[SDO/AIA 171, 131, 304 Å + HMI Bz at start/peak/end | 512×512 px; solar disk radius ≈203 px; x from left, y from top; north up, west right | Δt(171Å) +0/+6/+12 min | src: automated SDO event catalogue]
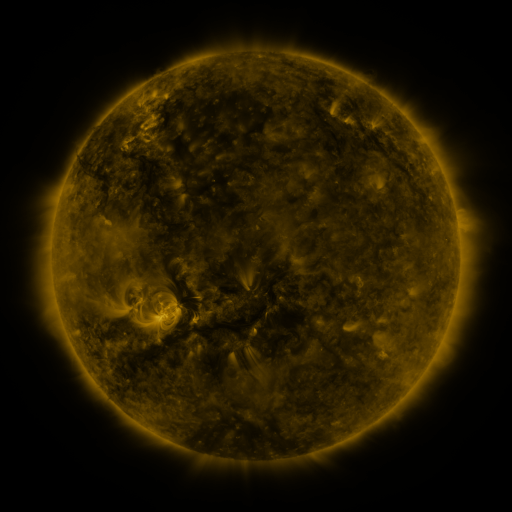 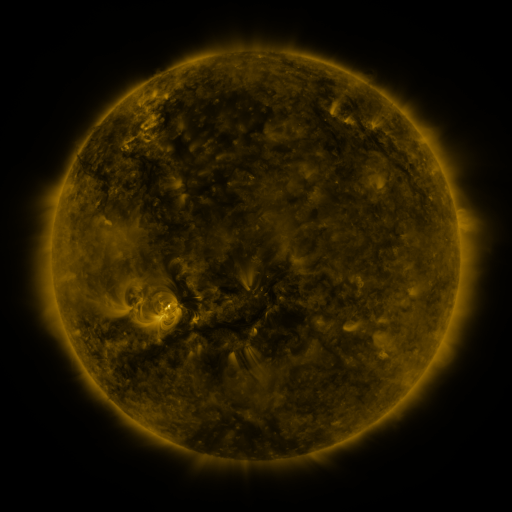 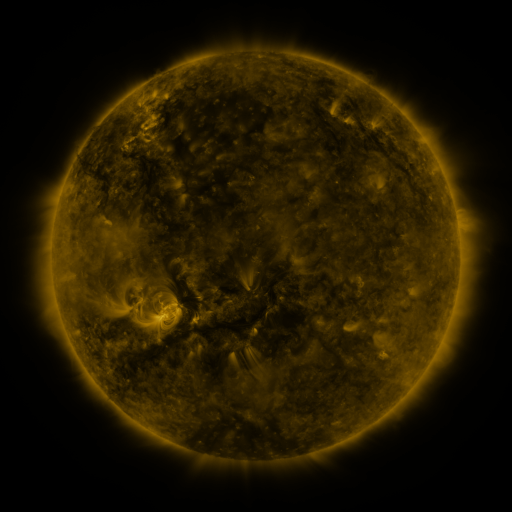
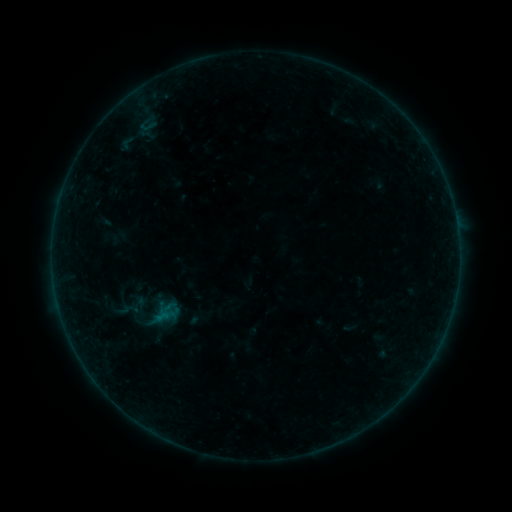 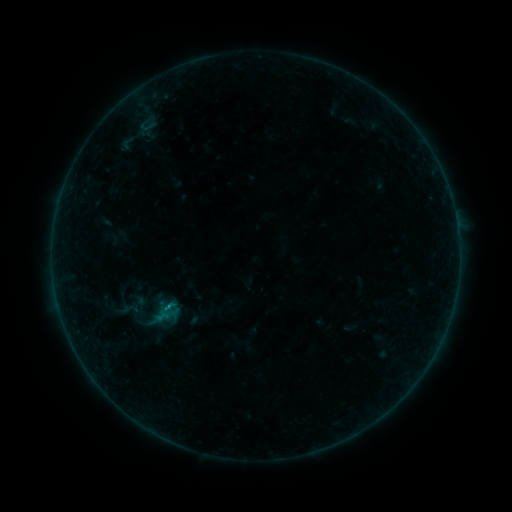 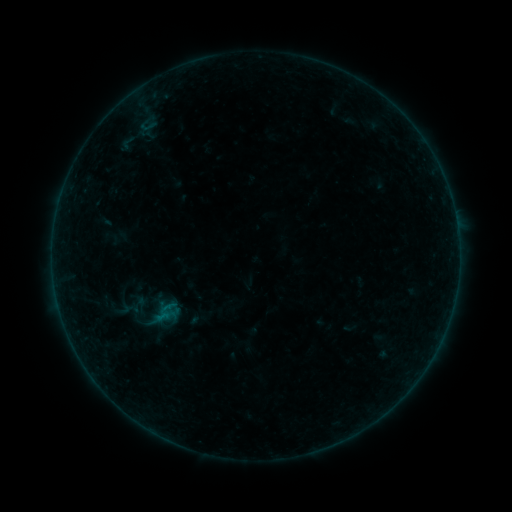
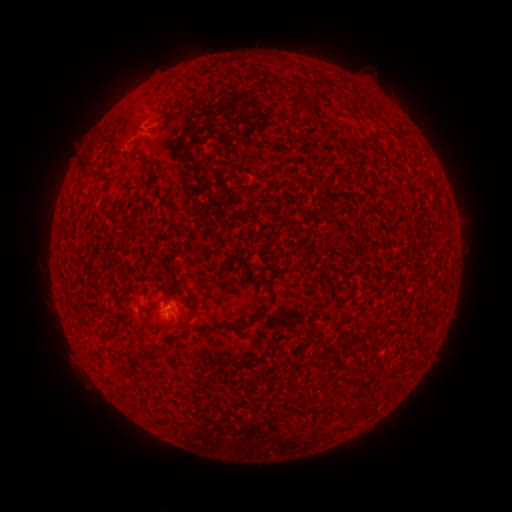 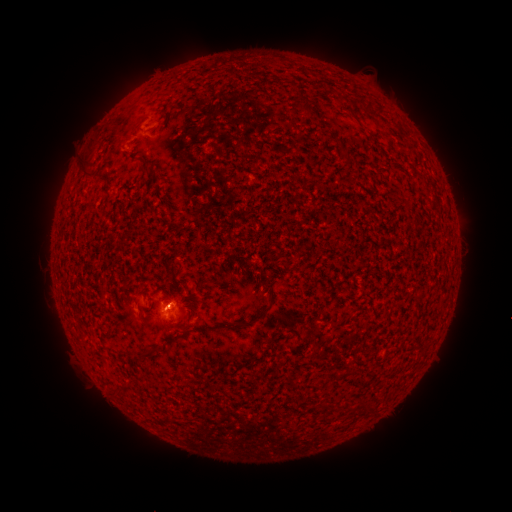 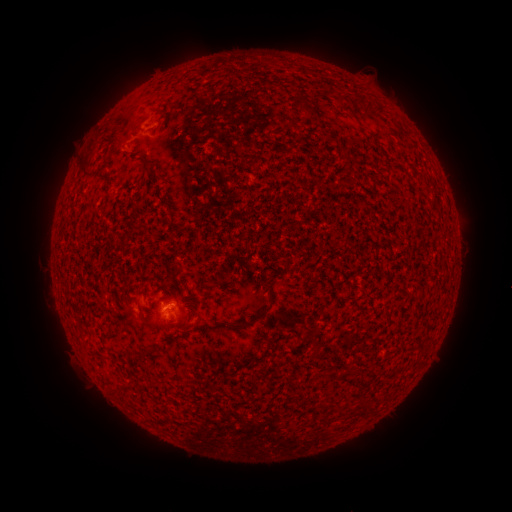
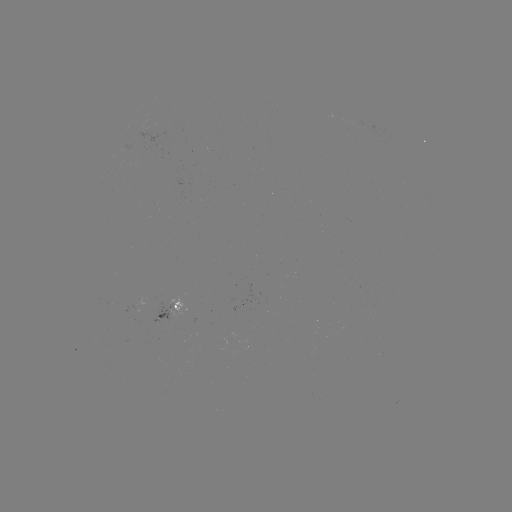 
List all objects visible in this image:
B1.5 flare: (167, 314)
